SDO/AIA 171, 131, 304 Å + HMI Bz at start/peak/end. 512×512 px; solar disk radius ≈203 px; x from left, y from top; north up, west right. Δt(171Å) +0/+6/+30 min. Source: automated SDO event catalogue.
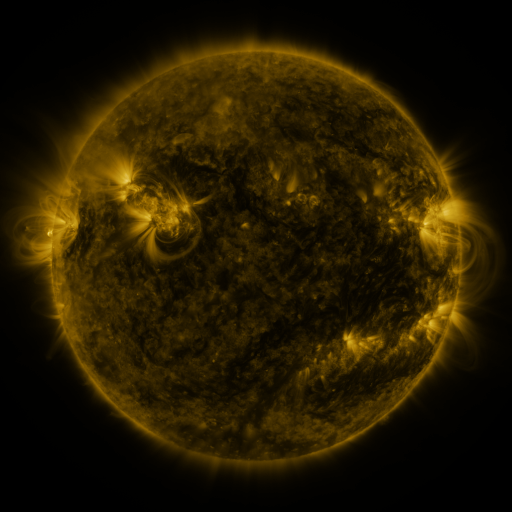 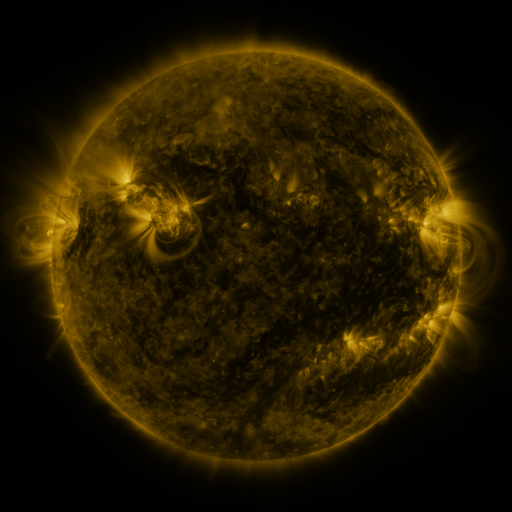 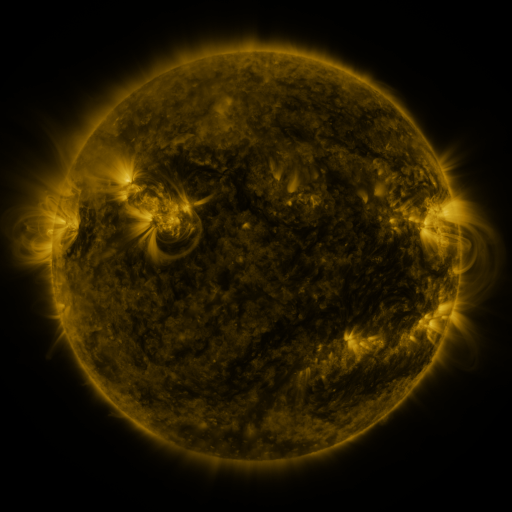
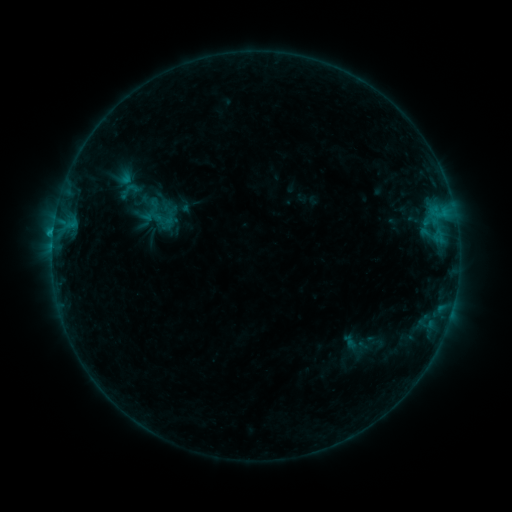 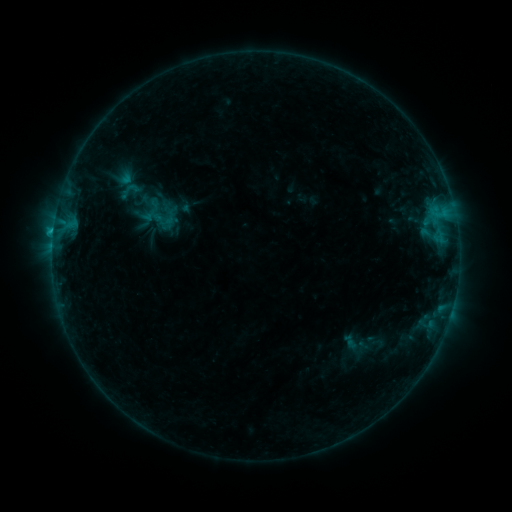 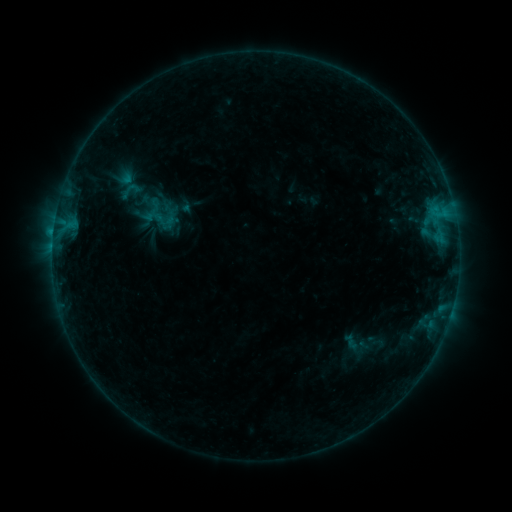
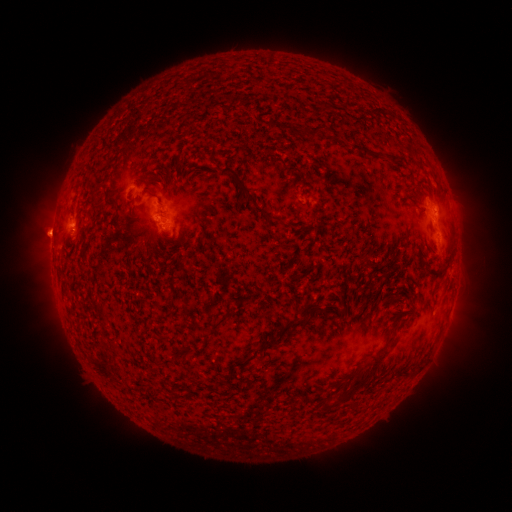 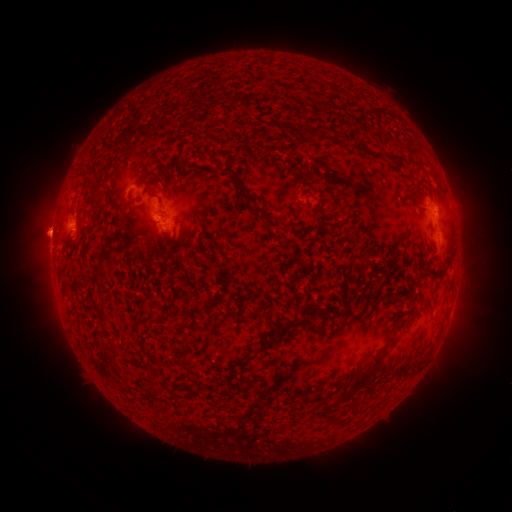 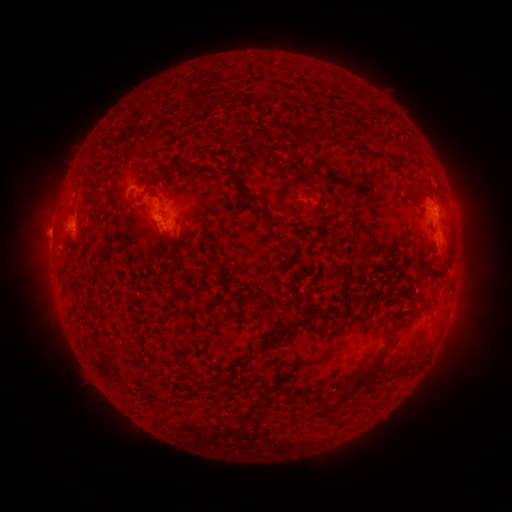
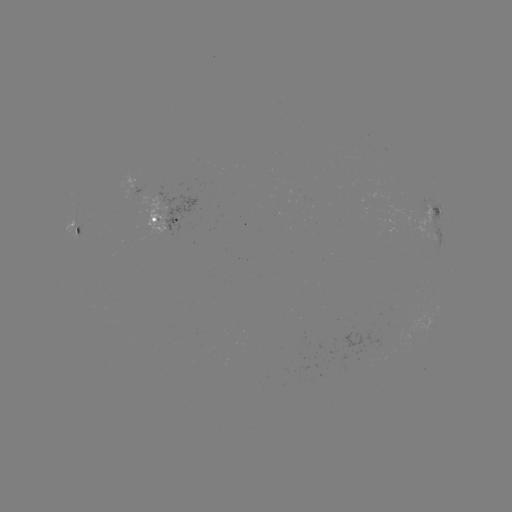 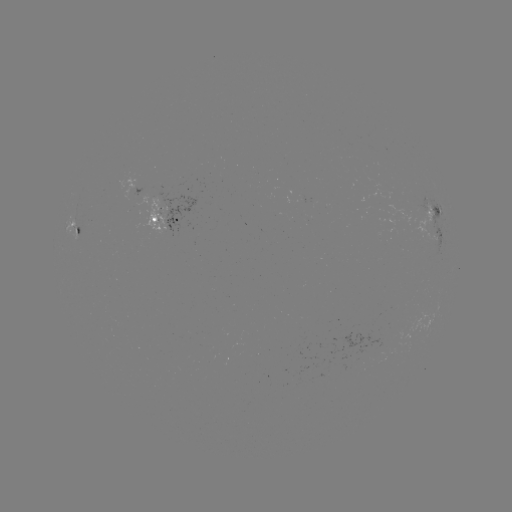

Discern B8.2 flare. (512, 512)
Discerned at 433,202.